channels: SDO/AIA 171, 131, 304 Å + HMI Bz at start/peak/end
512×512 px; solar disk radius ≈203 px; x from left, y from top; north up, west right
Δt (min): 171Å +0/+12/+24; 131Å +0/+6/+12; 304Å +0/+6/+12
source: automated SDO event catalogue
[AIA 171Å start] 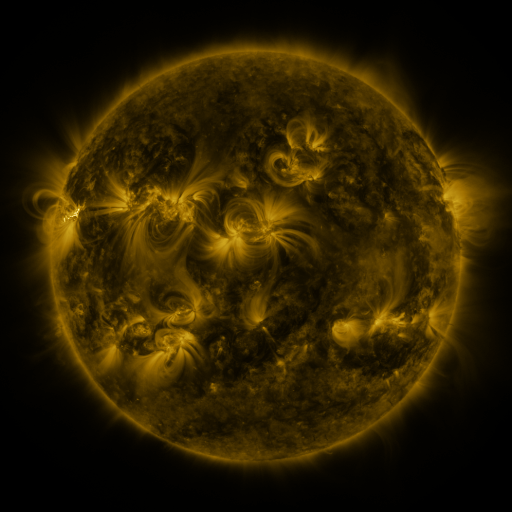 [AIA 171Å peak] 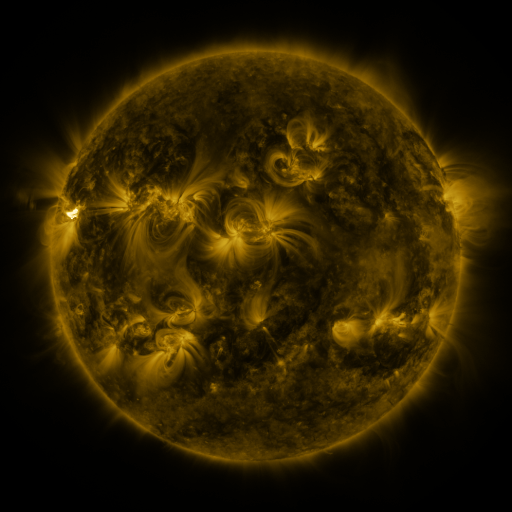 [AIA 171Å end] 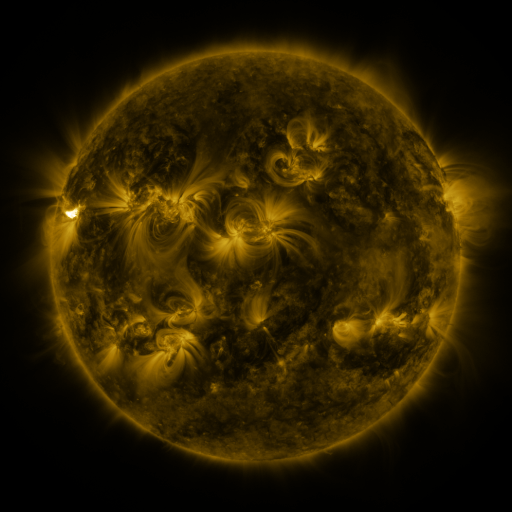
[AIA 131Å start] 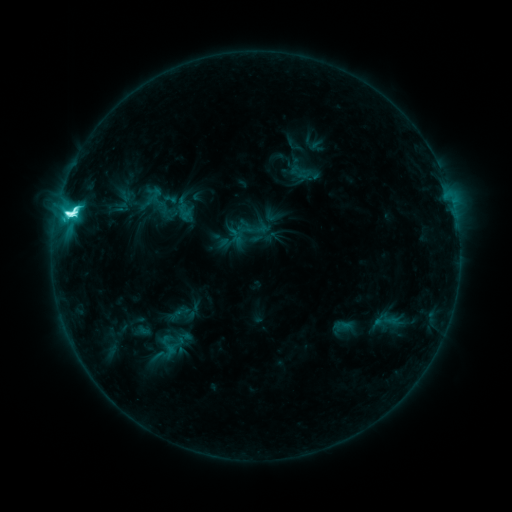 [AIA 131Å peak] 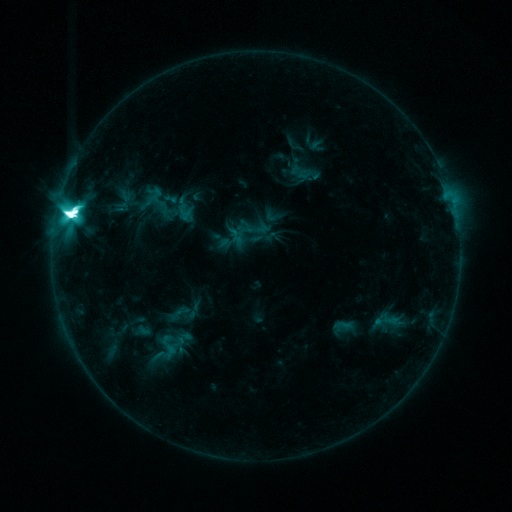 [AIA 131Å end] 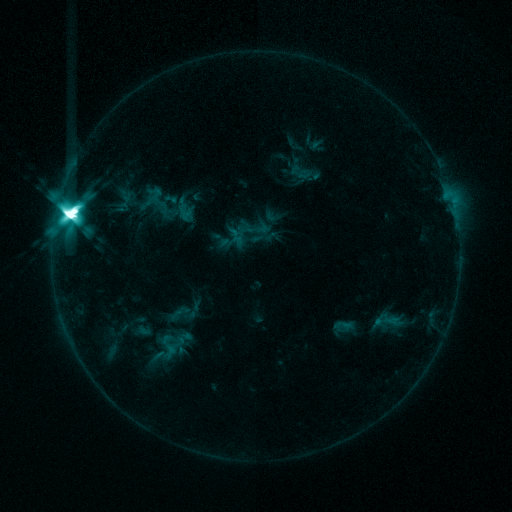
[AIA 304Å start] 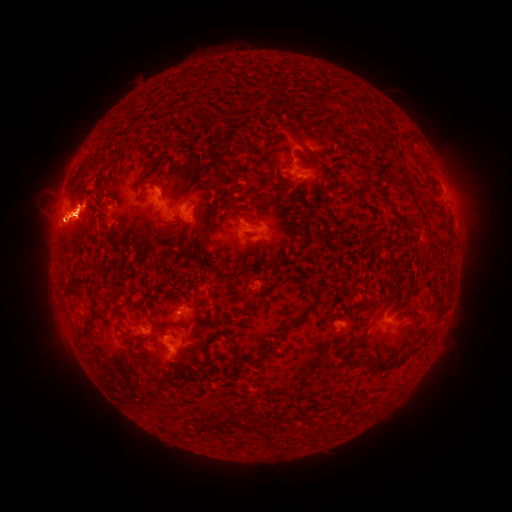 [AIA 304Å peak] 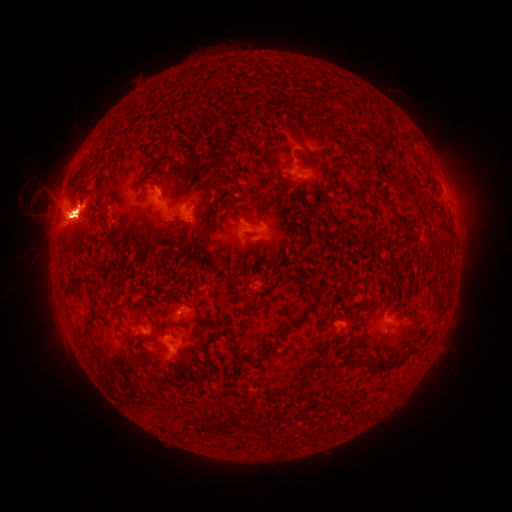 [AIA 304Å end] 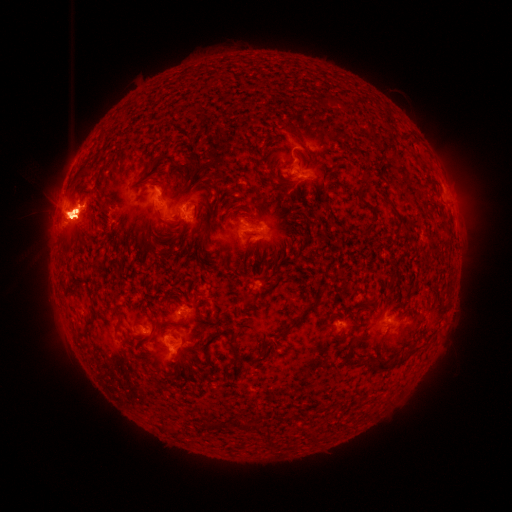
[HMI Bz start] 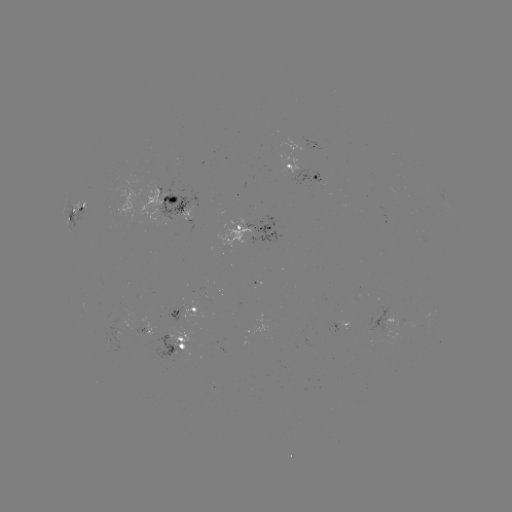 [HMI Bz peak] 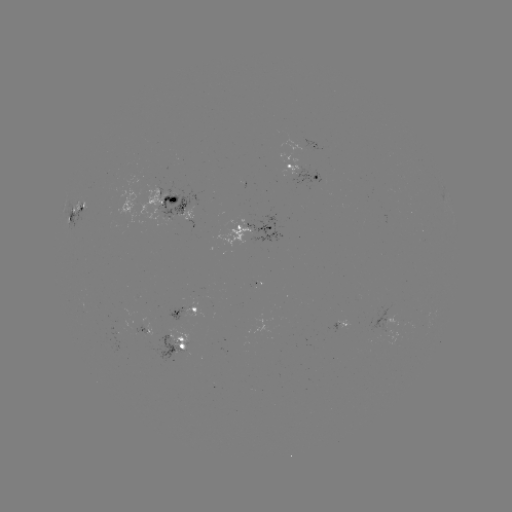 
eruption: (49, 143, 91, 164)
